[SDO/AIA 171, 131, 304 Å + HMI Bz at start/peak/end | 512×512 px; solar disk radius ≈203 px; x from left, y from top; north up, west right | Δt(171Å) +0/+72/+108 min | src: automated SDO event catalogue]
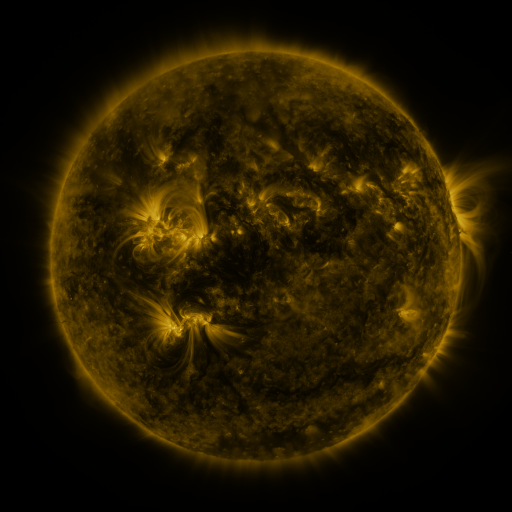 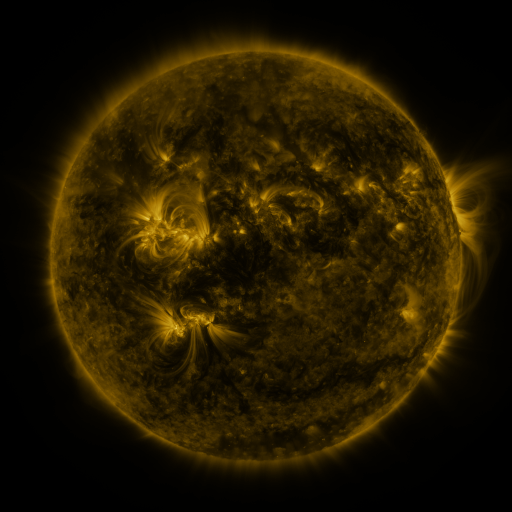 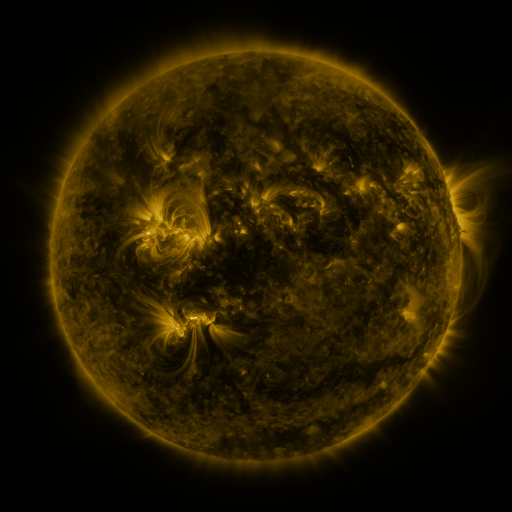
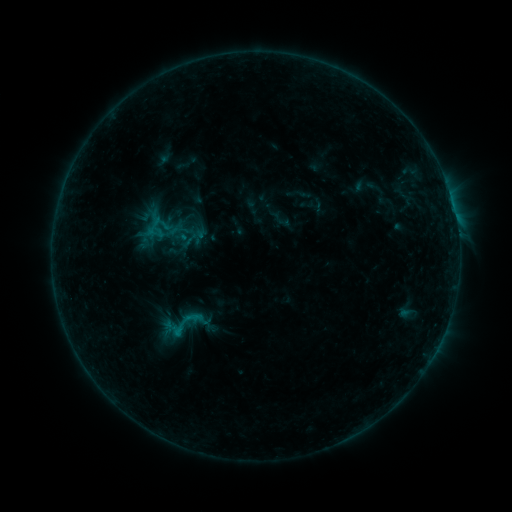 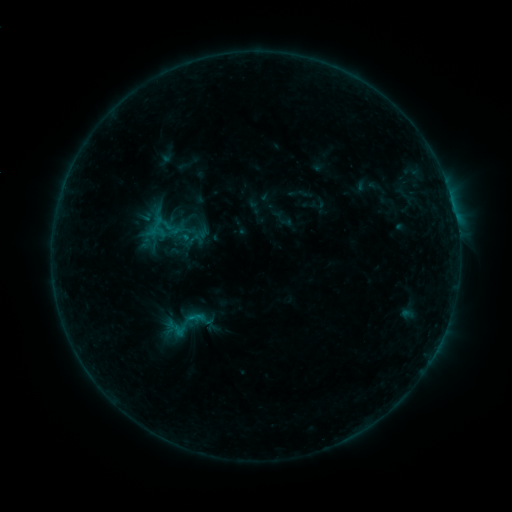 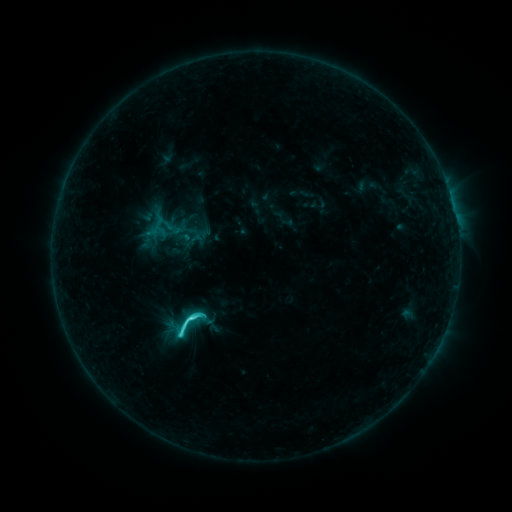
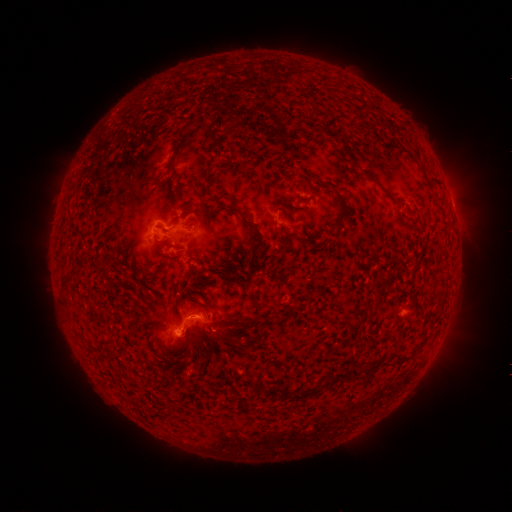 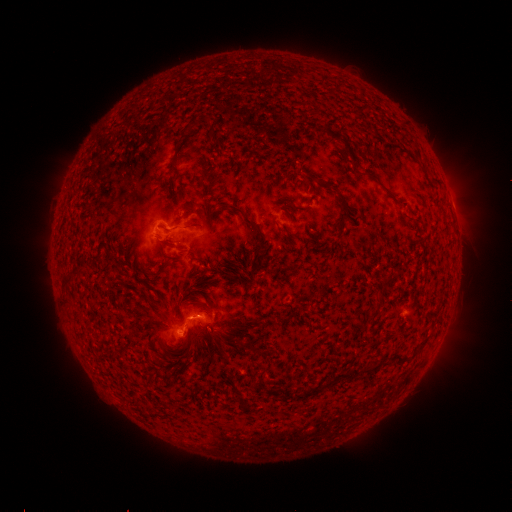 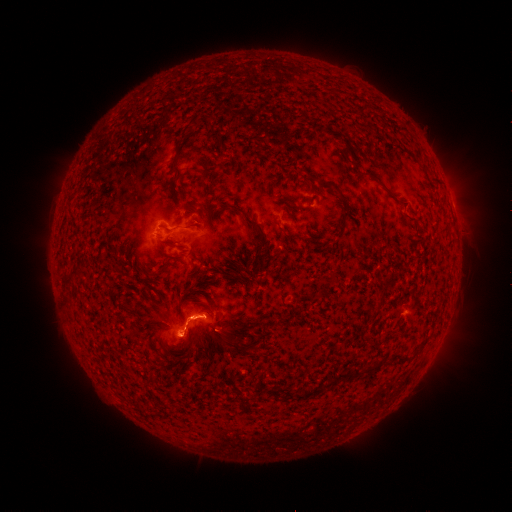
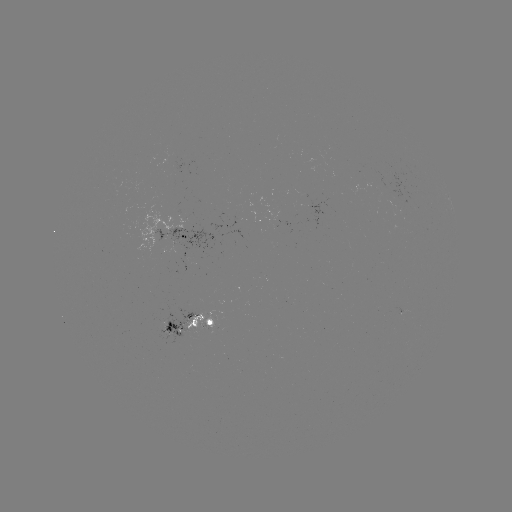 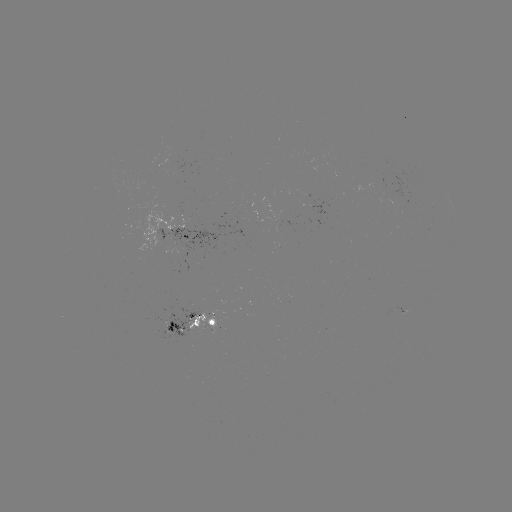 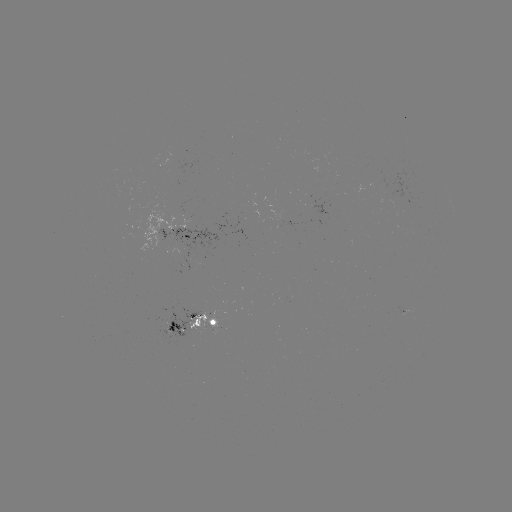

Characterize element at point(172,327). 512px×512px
emerging-flux region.